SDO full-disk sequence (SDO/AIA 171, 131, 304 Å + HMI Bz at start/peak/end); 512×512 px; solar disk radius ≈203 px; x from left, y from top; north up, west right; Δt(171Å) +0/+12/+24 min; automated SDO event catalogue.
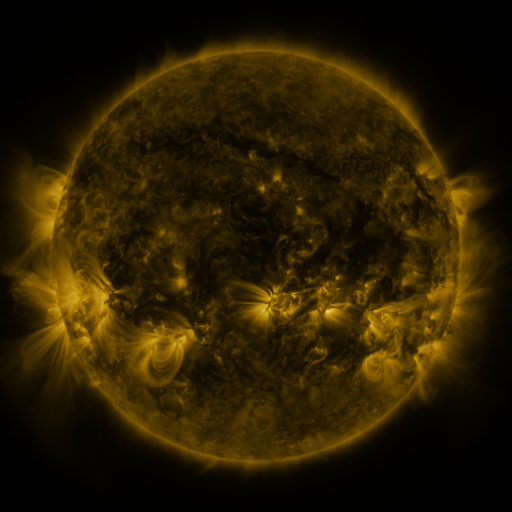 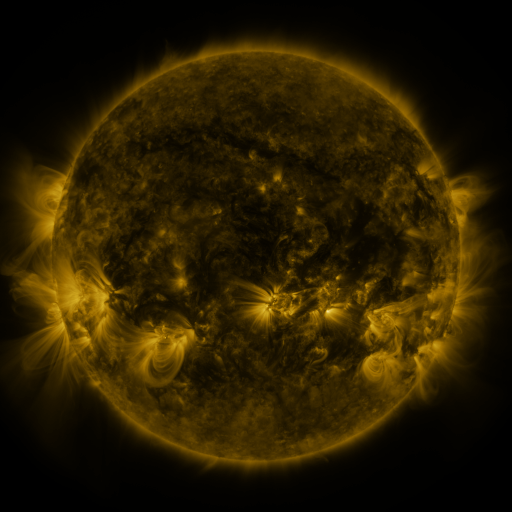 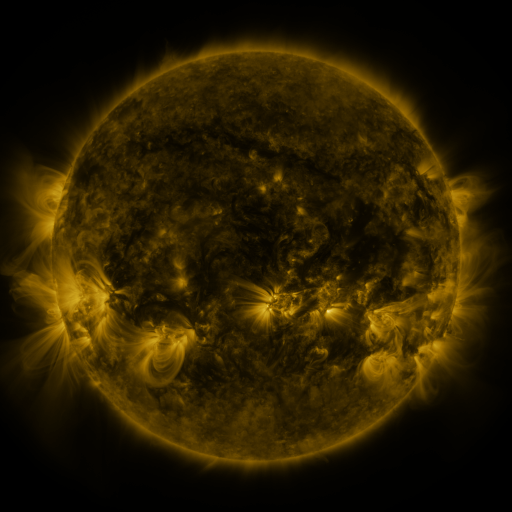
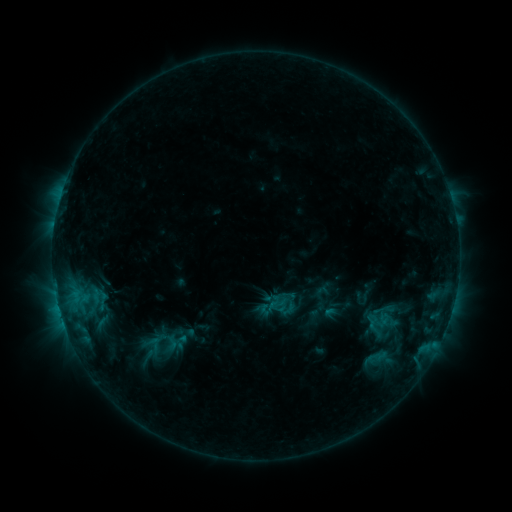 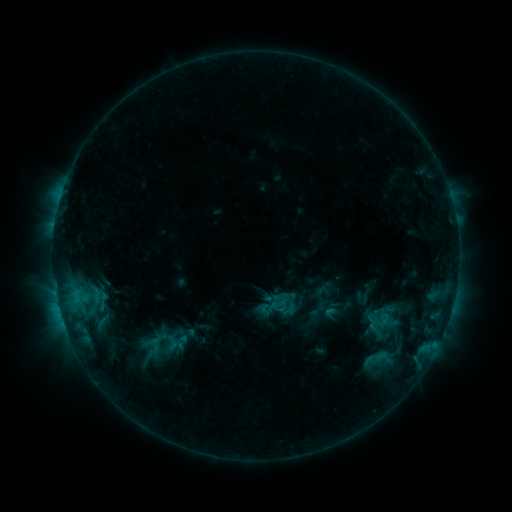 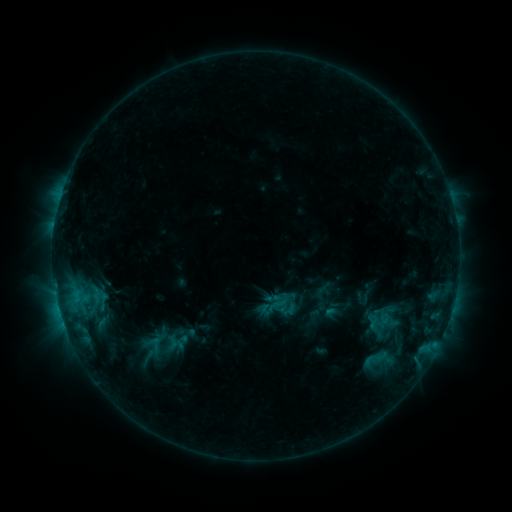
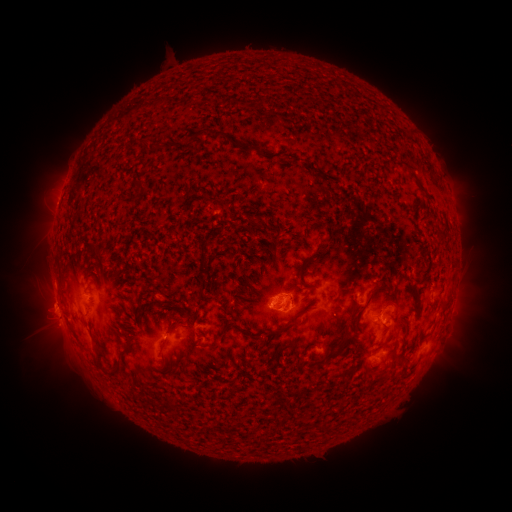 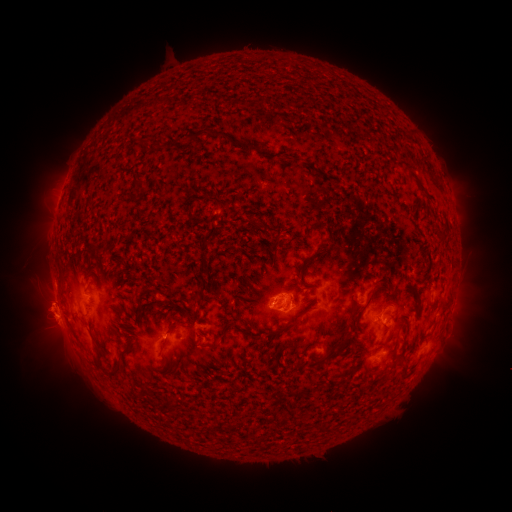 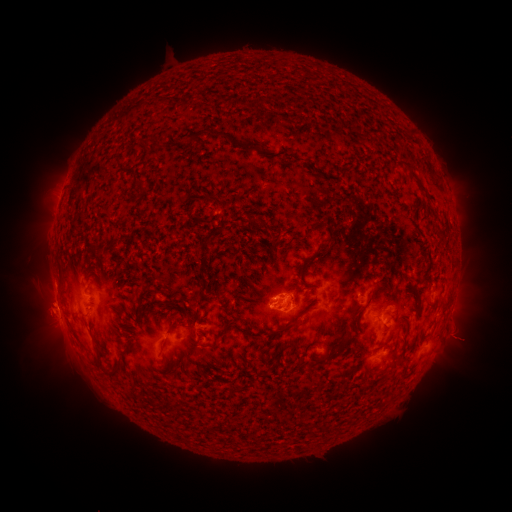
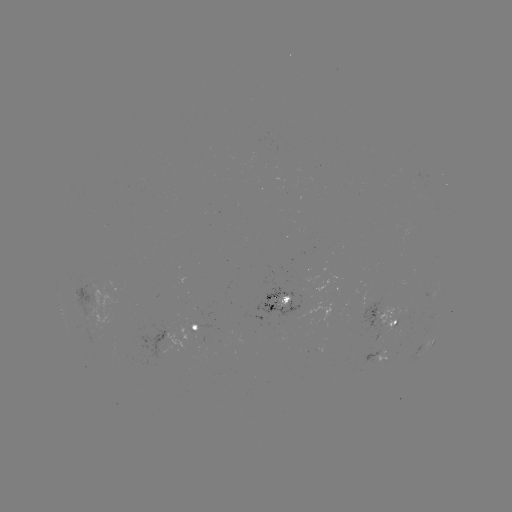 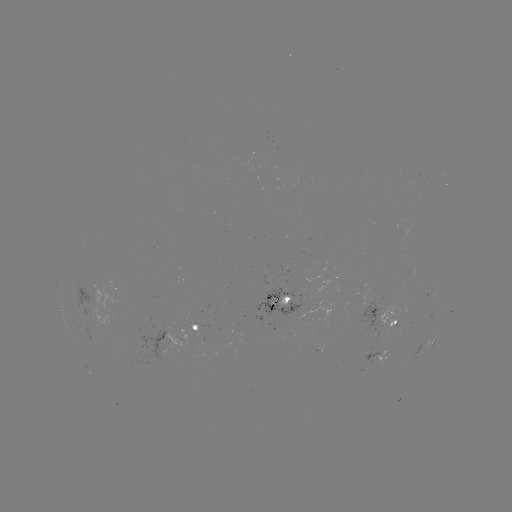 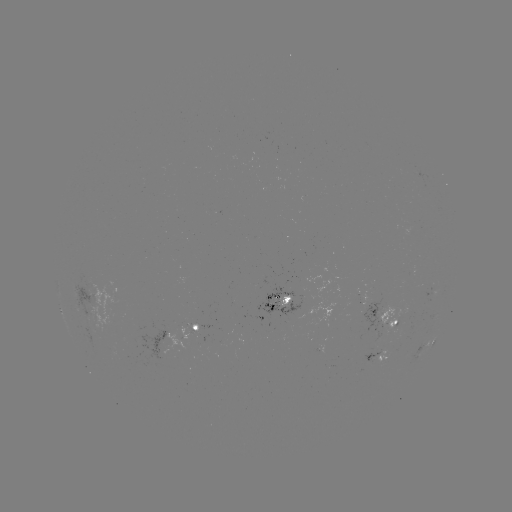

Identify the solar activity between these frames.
eruption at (47, 316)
